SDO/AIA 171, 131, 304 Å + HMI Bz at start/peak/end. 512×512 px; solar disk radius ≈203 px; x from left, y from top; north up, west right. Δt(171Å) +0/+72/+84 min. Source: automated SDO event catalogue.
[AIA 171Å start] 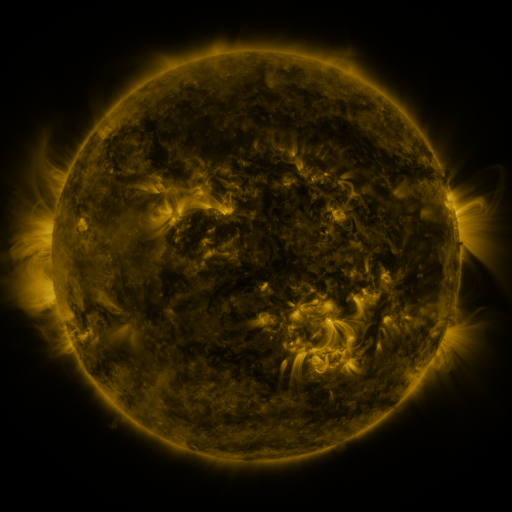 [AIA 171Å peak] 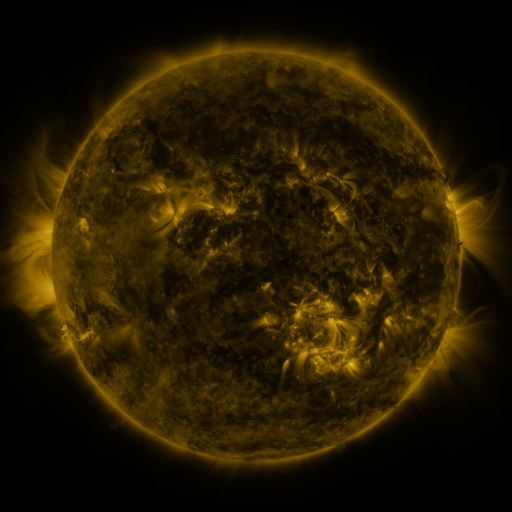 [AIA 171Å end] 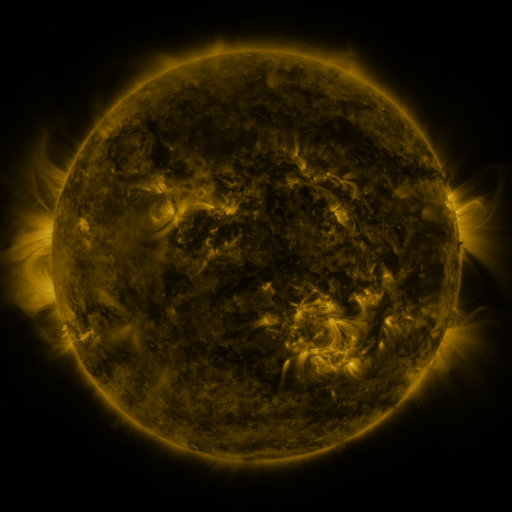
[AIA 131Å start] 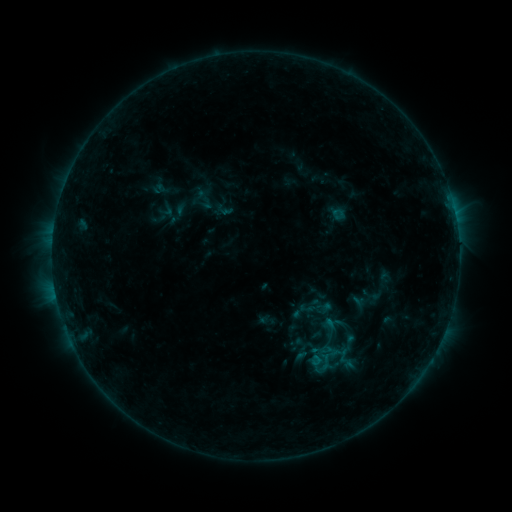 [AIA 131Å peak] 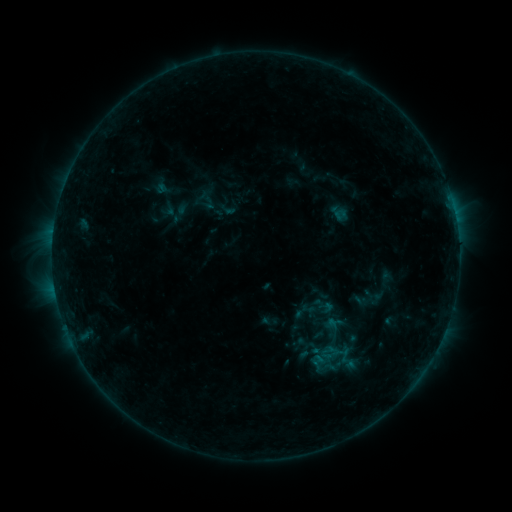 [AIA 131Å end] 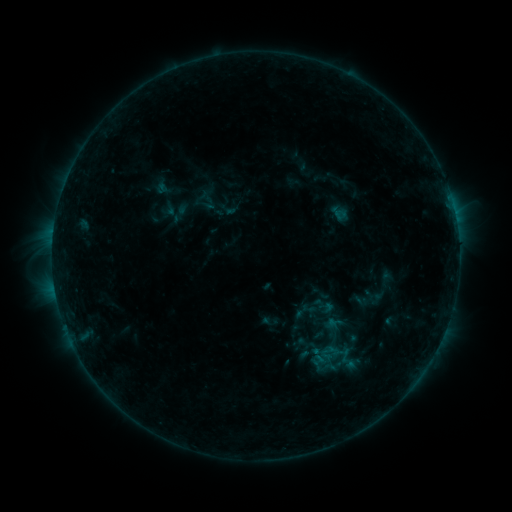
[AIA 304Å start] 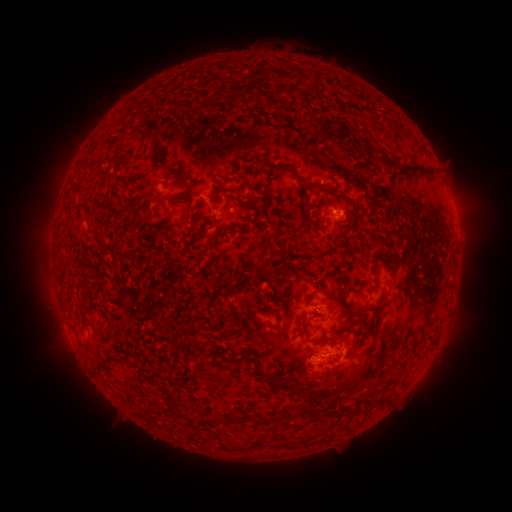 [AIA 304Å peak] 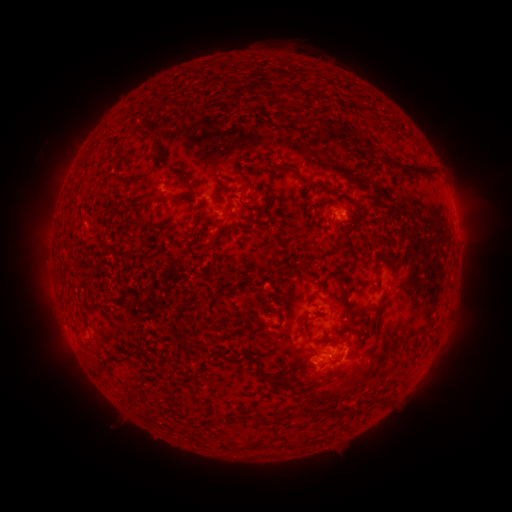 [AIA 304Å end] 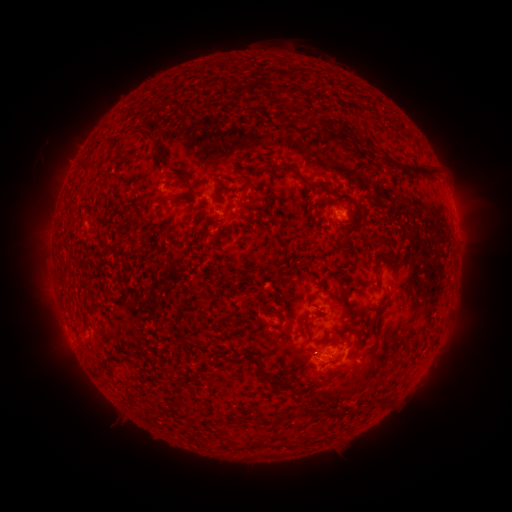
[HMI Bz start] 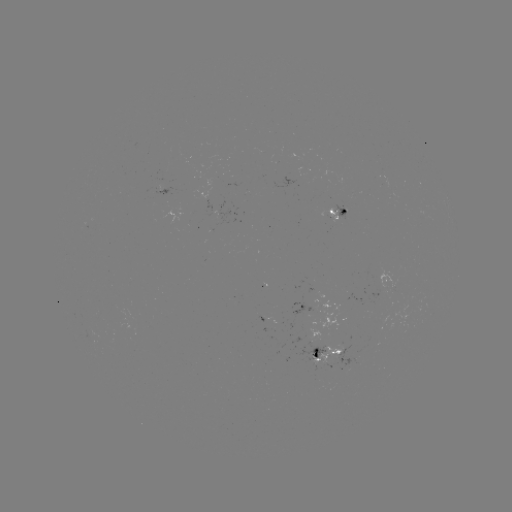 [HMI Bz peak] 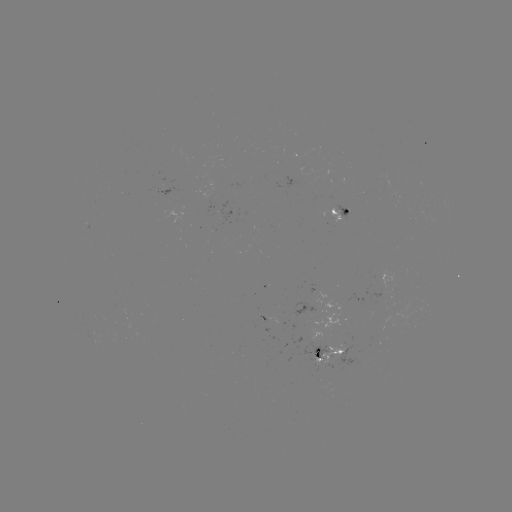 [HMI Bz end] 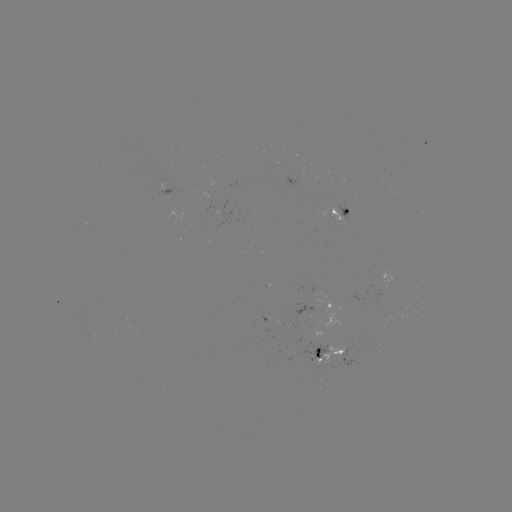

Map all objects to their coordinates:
emerging-flux region: (335, 211)
